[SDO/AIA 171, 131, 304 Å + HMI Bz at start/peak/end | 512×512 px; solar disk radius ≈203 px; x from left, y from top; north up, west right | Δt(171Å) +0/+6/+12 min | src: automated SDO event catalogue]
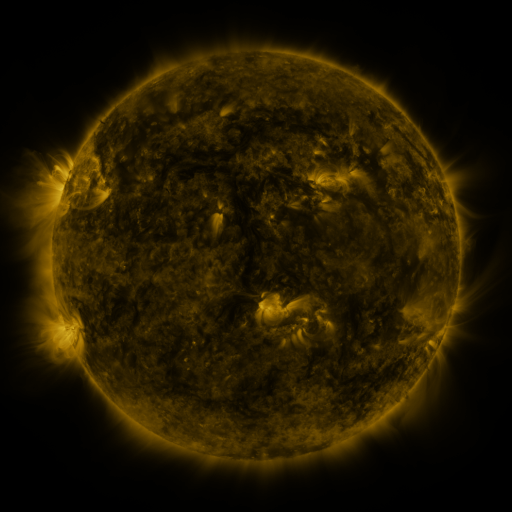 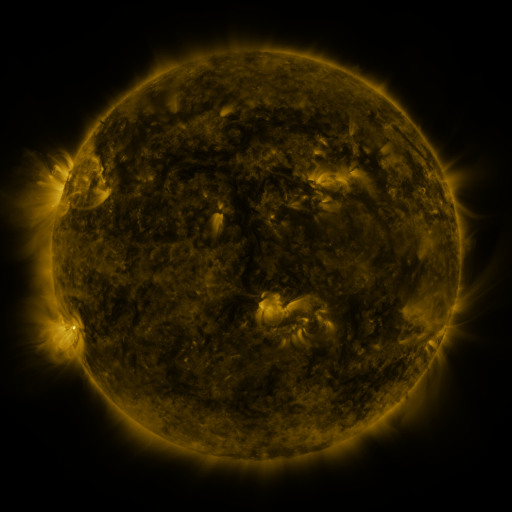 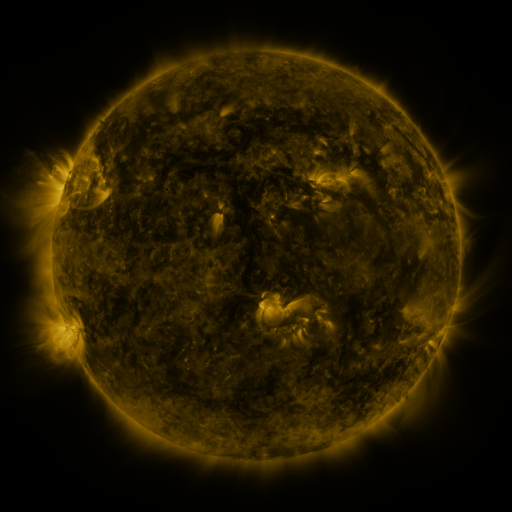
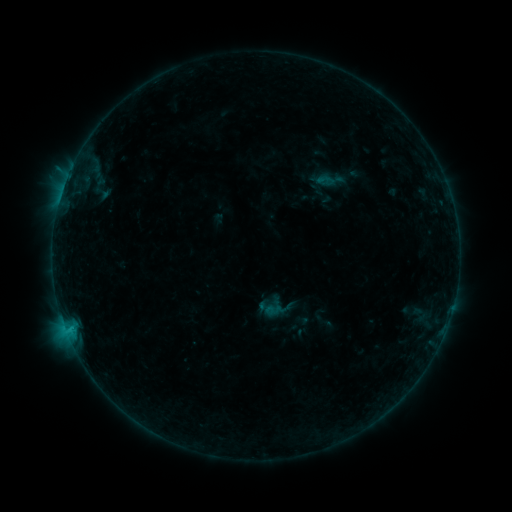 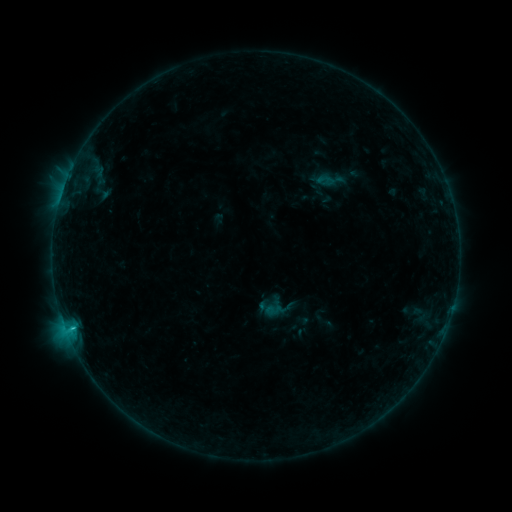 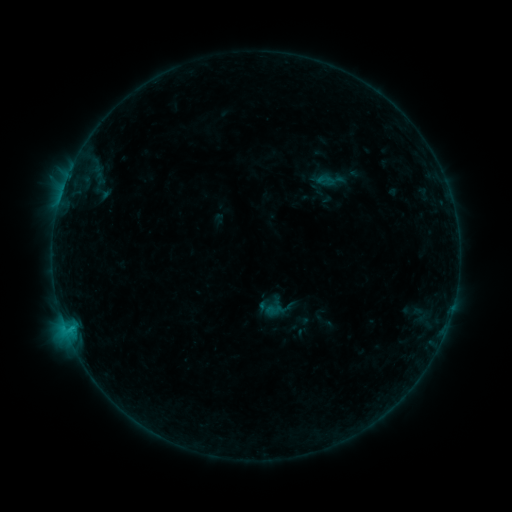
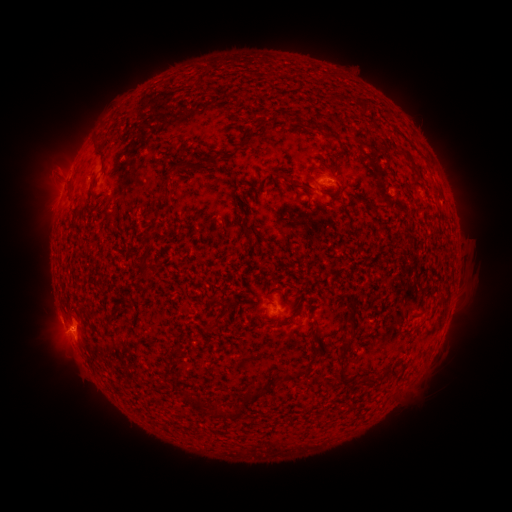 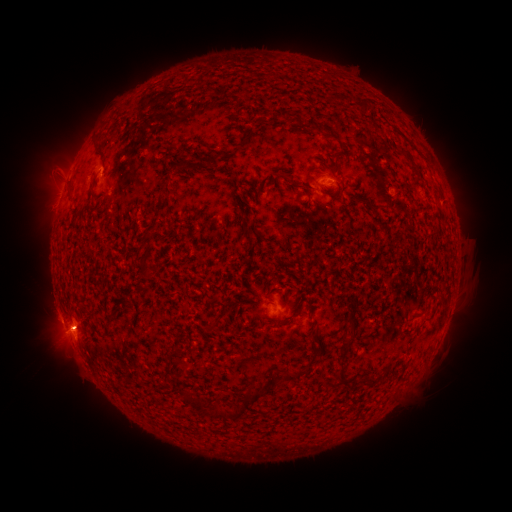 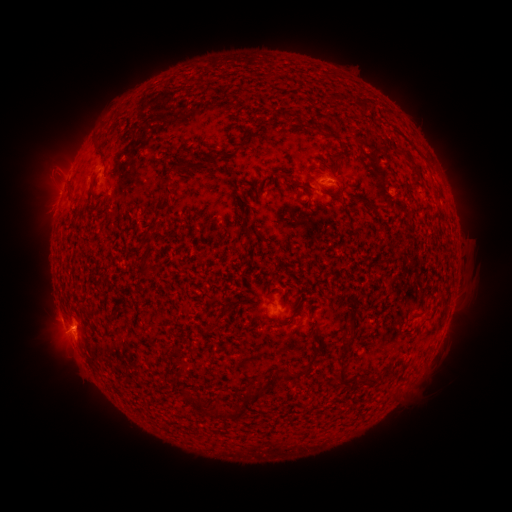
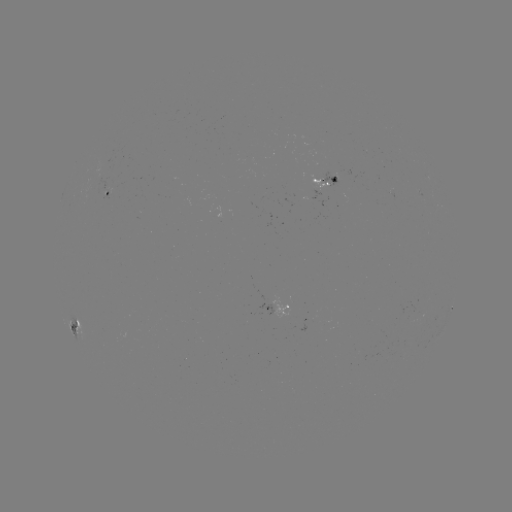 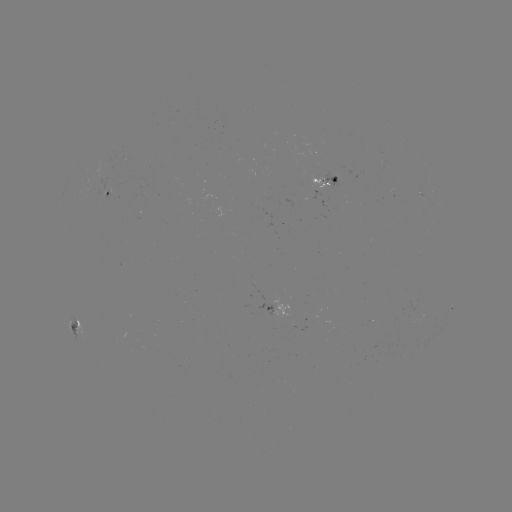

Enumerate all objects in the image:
C1.0 flare: (73, 327)
